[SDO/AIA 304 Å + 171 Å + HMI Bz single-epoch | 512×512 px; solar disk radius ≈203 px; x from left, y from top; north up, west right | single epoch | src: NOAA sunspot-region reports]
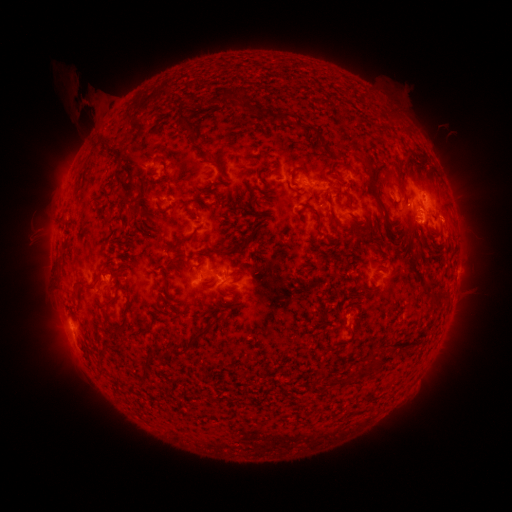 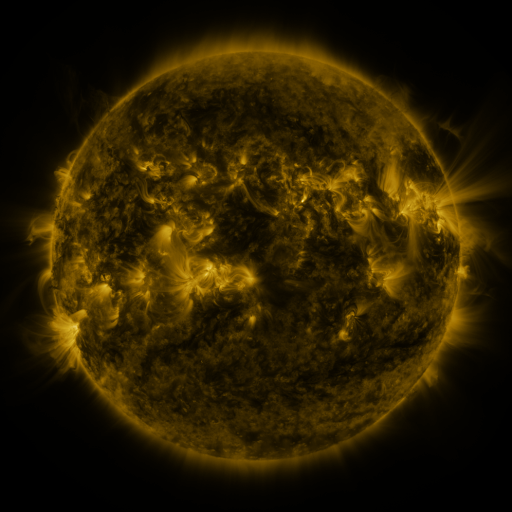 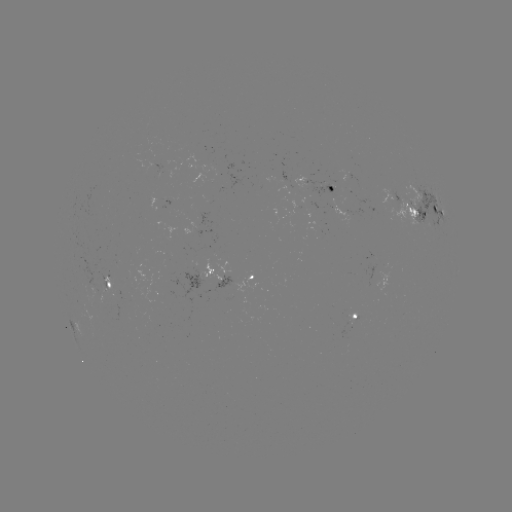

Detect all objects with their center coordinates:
spotted active region: (329, 188)
spotted active region: (426, 209)
spotted active region: (210, 229)
spotted active region: (203, 275)
spotted active region: (248, 278)
spotted active region: (106, 285)
spotted active region: (354, 318)
